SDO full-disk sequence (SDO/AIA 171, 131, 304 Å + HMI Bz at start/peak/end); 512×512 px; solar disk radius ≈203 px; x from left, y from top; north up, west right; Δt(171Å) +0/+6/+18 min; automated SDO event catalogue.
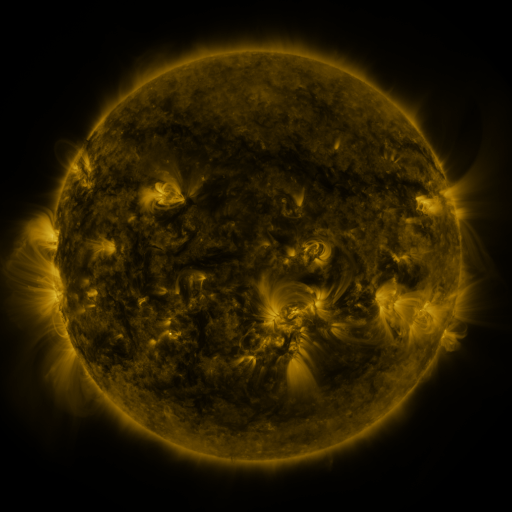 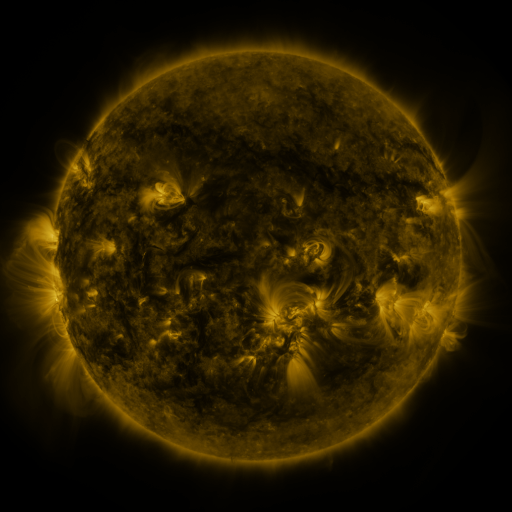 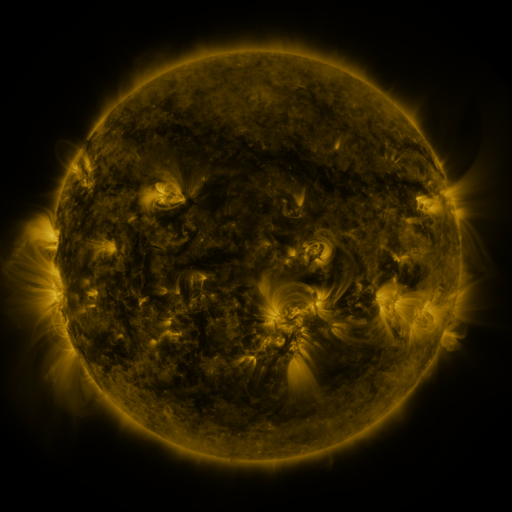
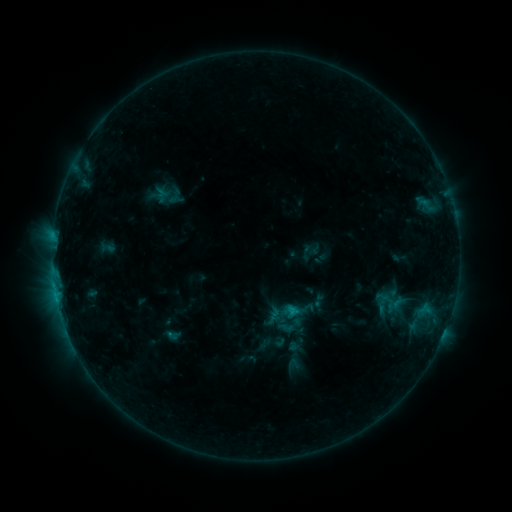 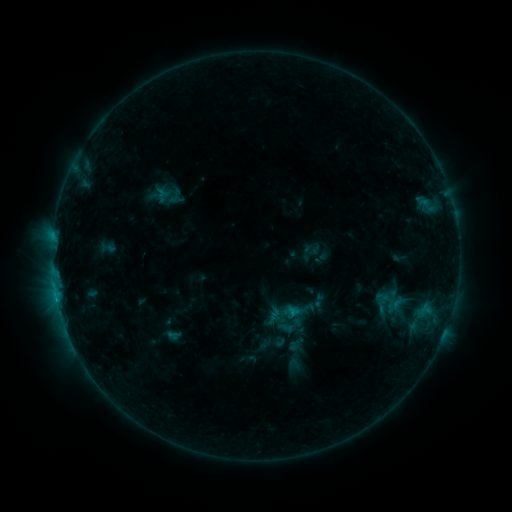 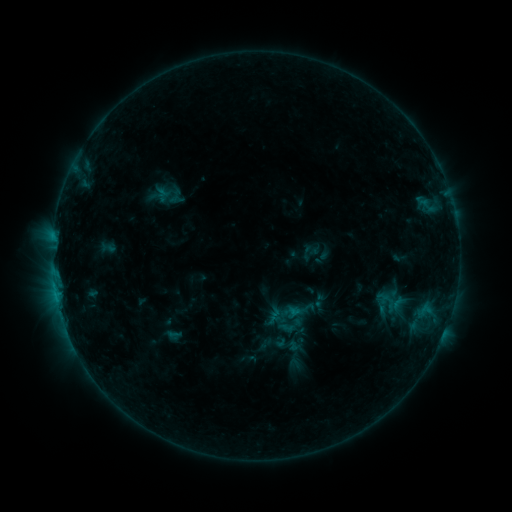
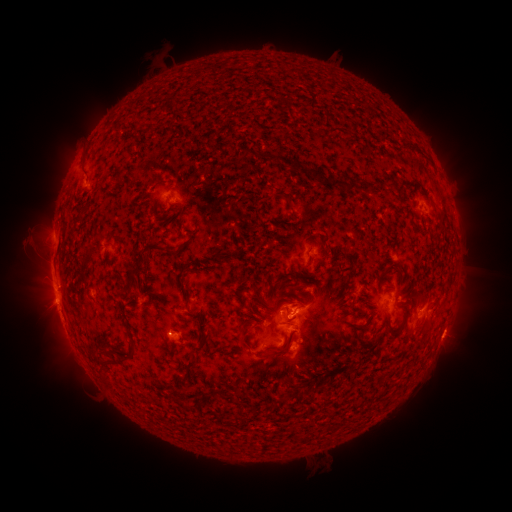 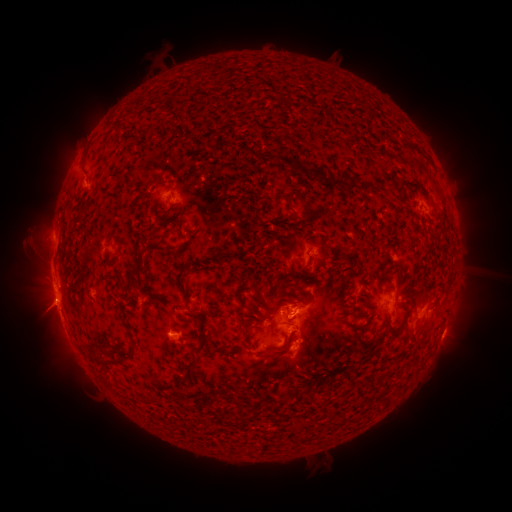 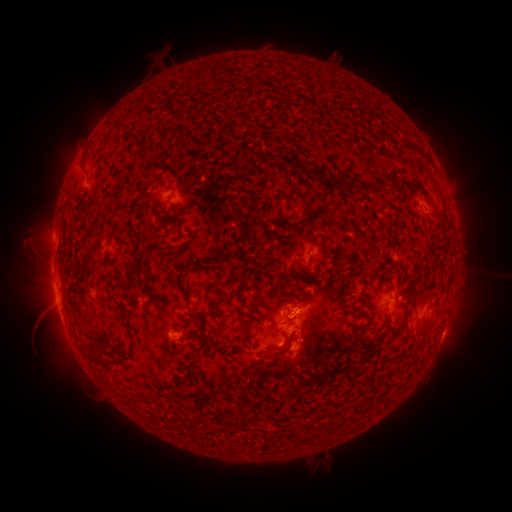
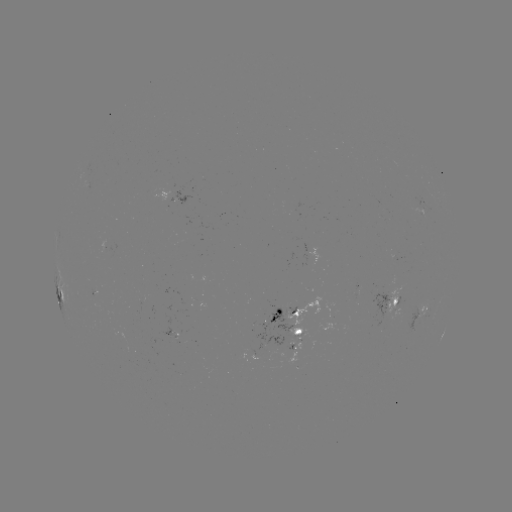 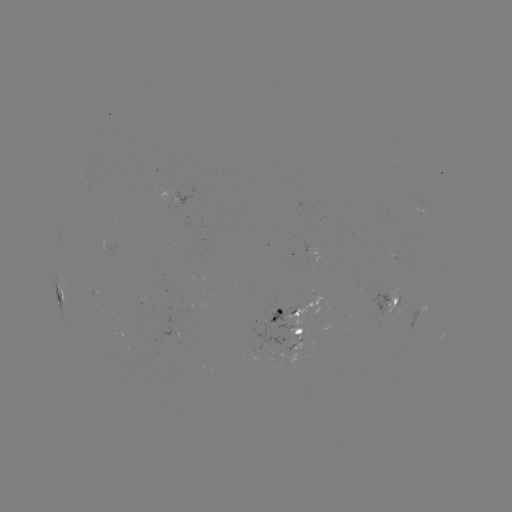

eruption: [13, 286, 71, 342]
